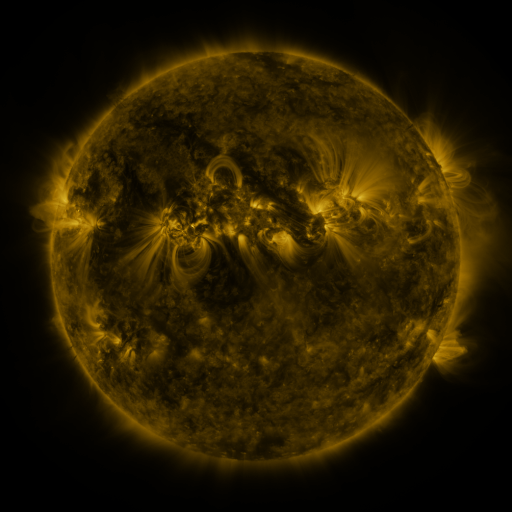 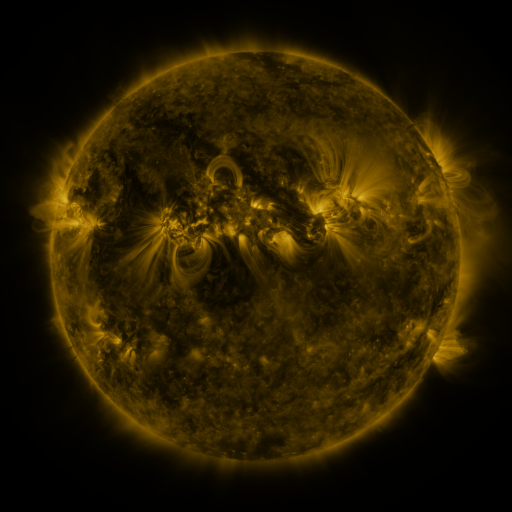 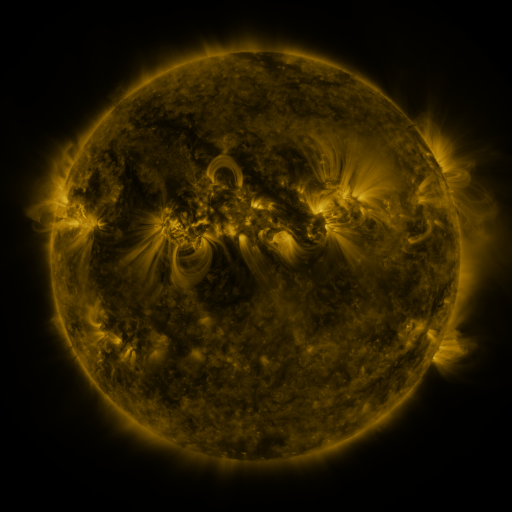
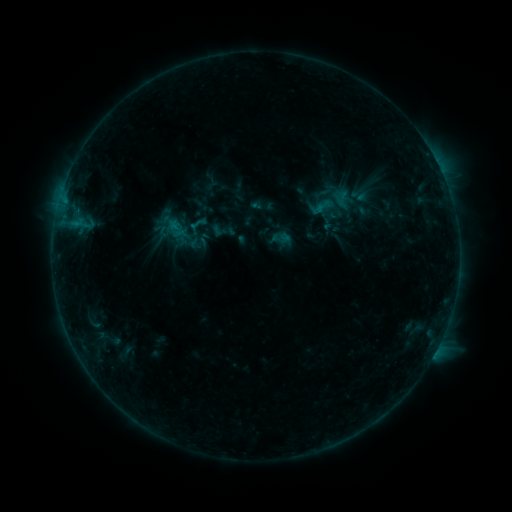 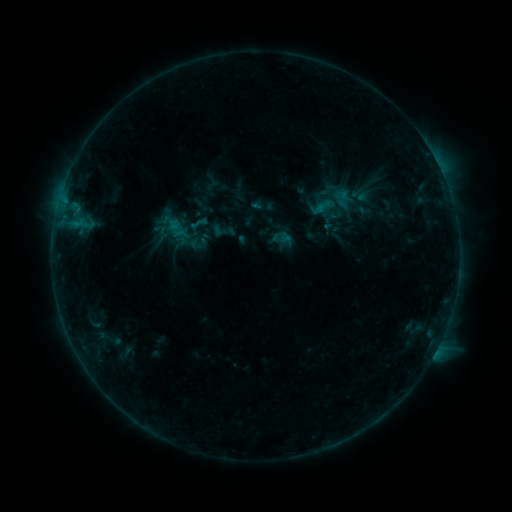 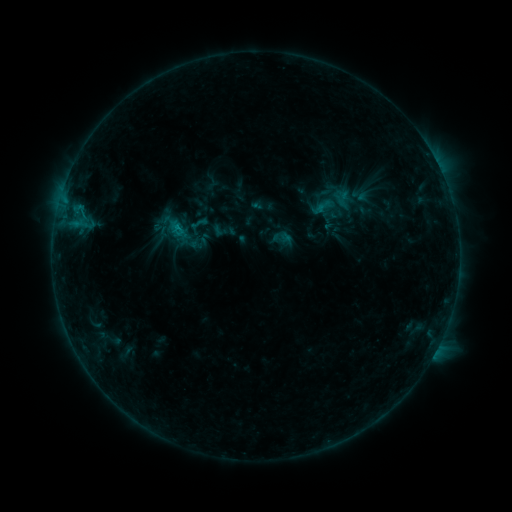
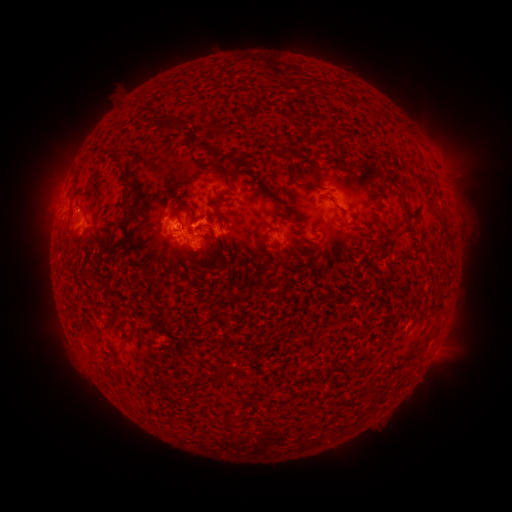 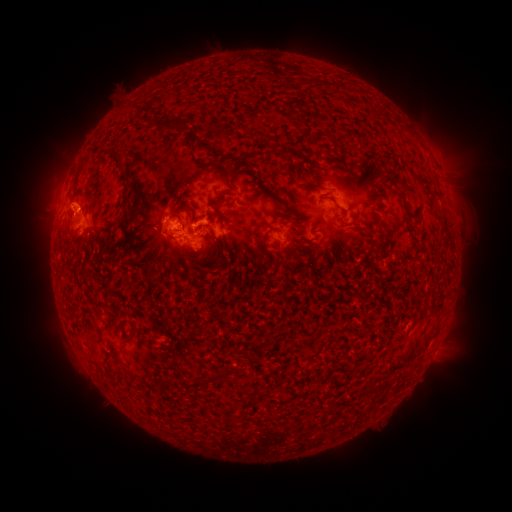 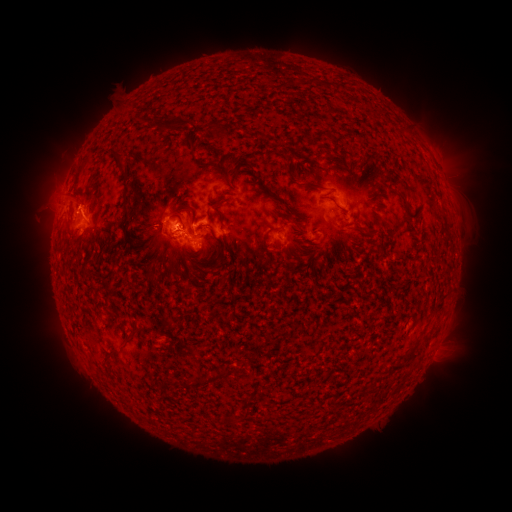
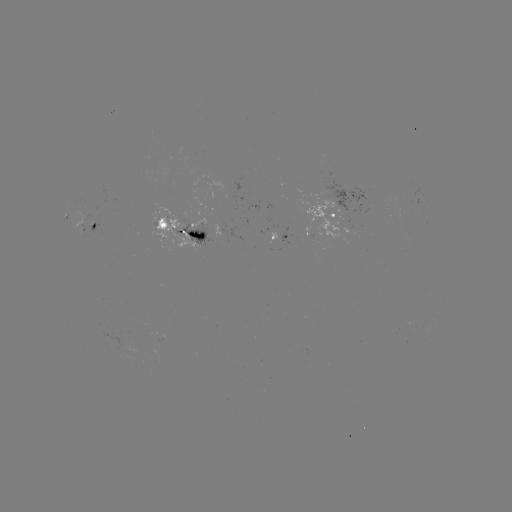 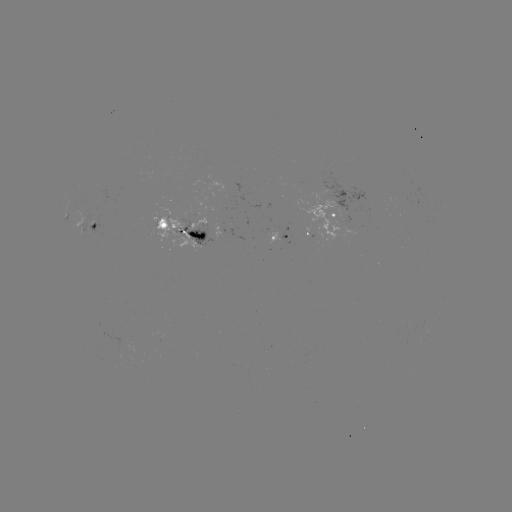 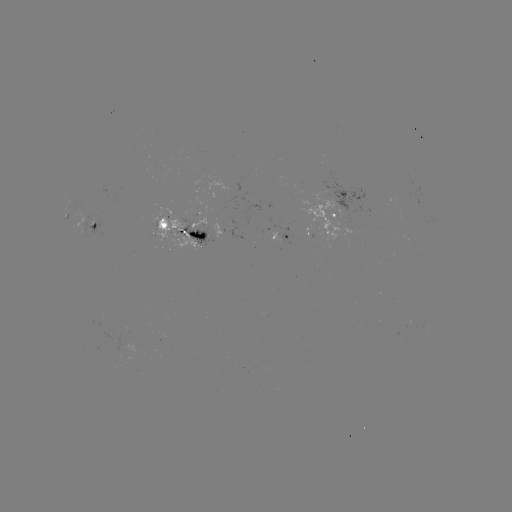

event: eruption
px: (72, 199)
